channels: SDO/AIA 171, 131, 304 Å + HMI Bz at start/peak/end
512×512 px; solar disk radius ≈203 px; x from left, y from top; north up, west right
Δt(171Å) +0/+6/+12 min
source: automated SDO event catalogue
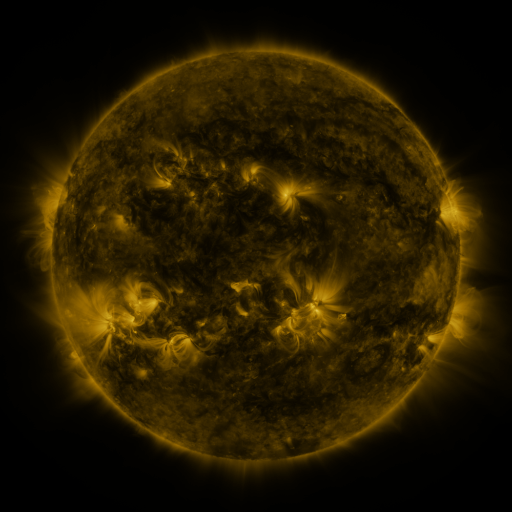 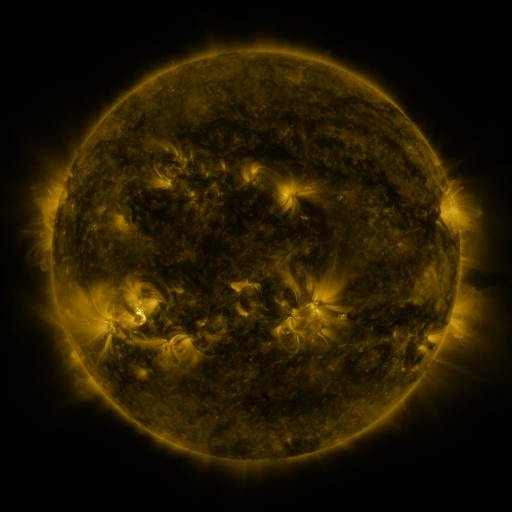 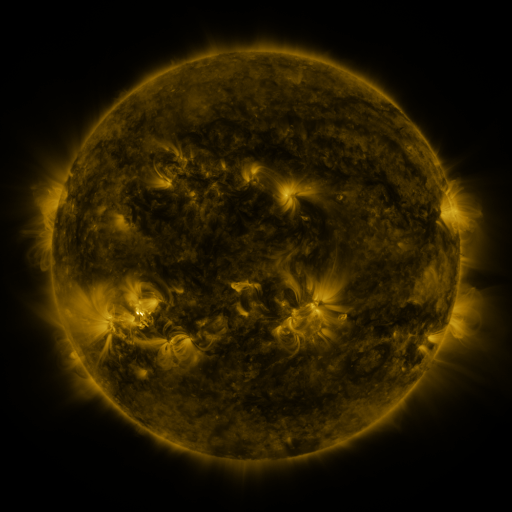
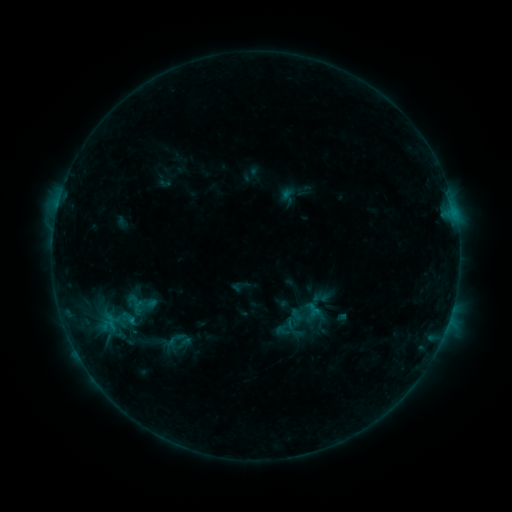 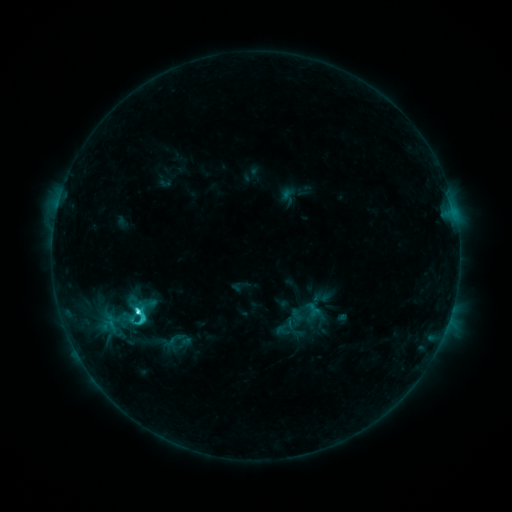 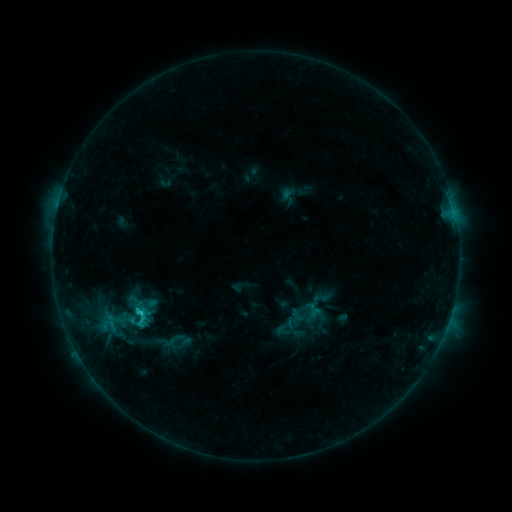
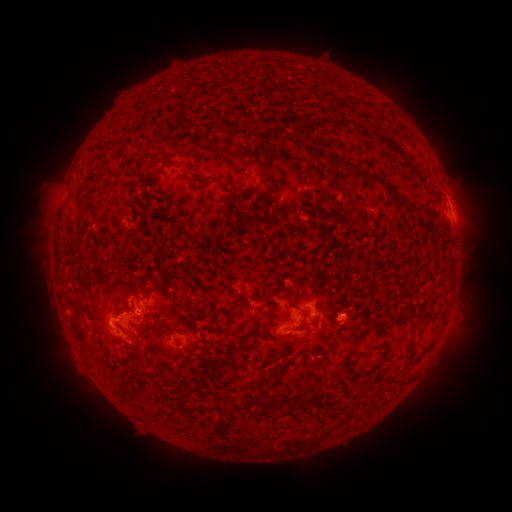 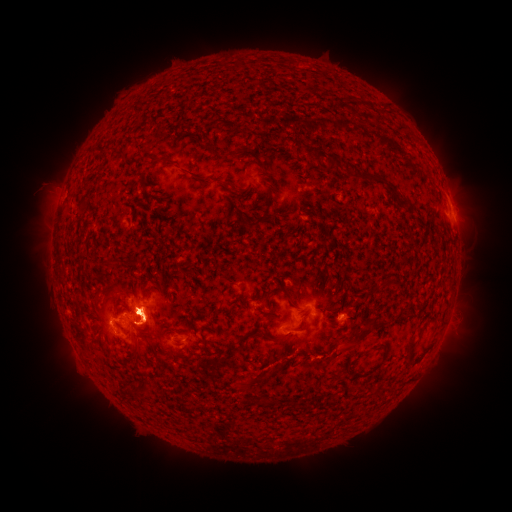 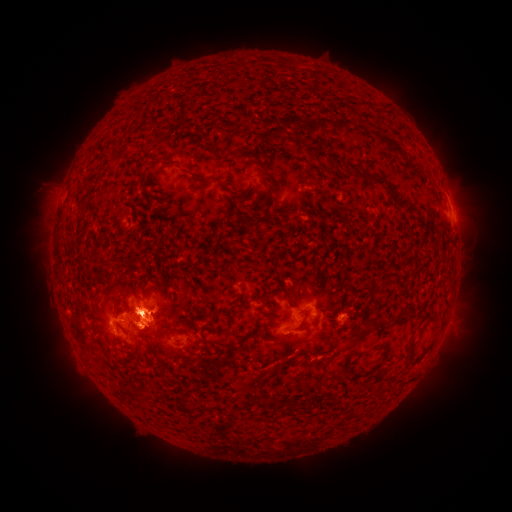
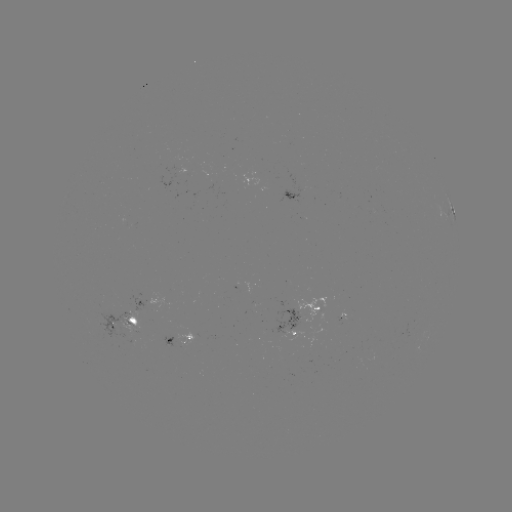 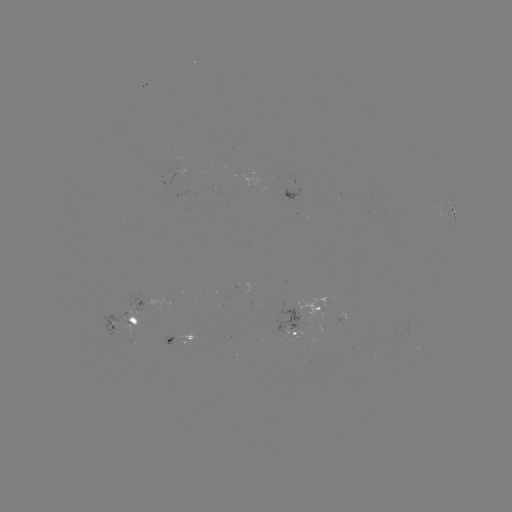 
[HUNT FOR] eruption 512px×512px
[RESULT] (144, 409)